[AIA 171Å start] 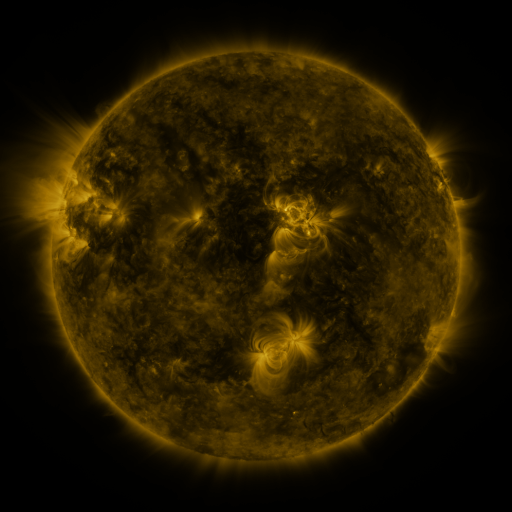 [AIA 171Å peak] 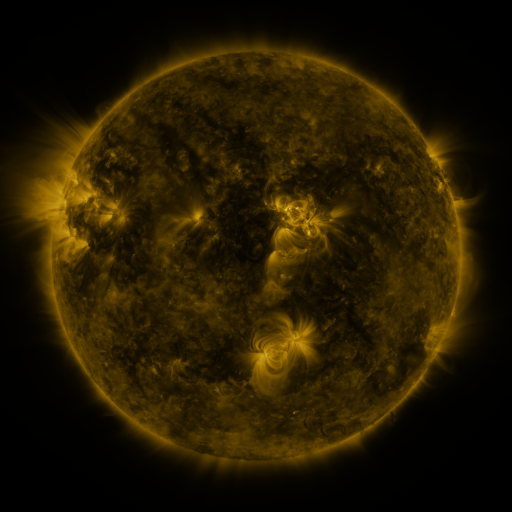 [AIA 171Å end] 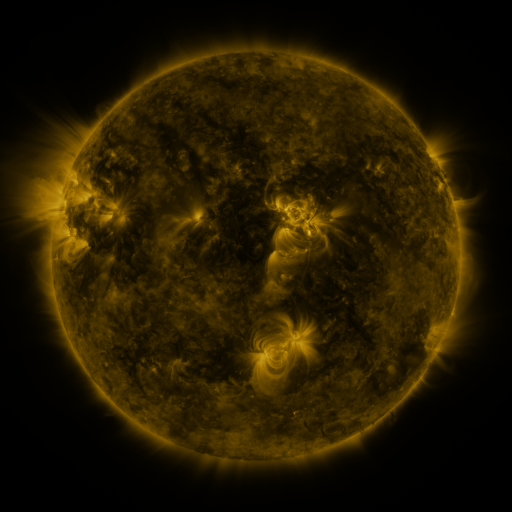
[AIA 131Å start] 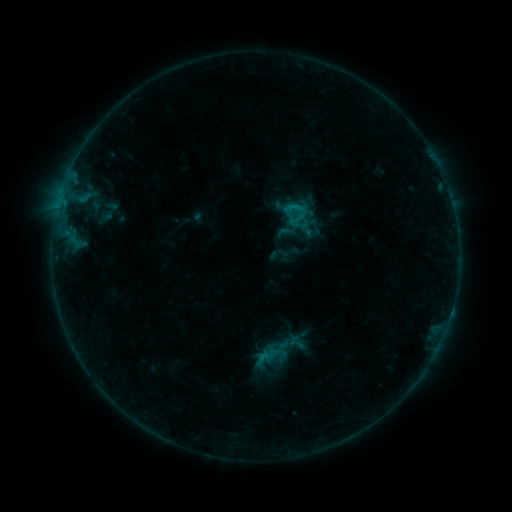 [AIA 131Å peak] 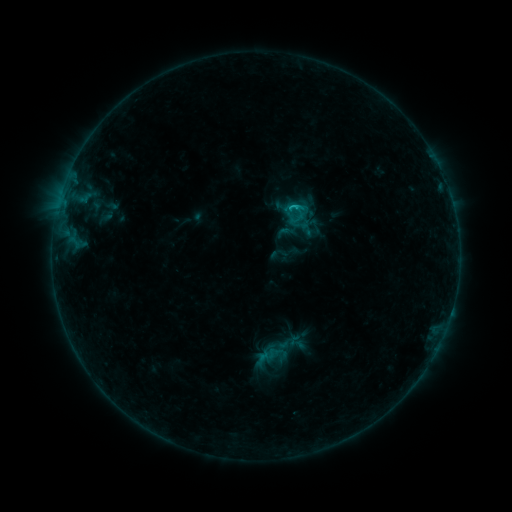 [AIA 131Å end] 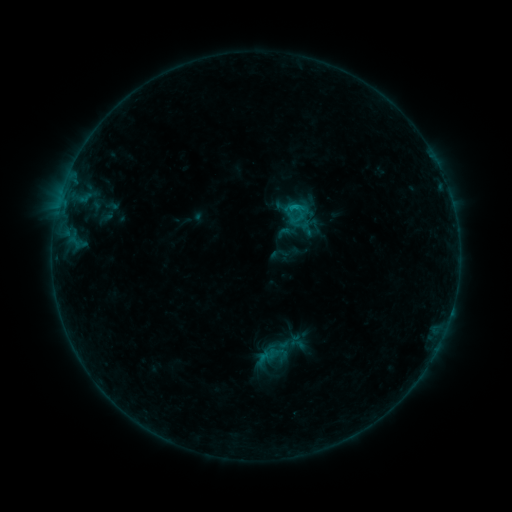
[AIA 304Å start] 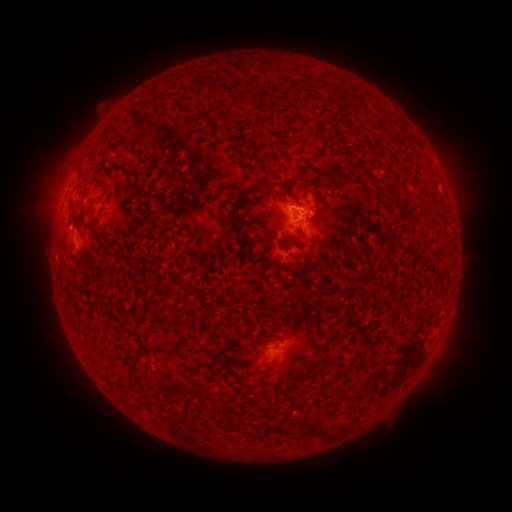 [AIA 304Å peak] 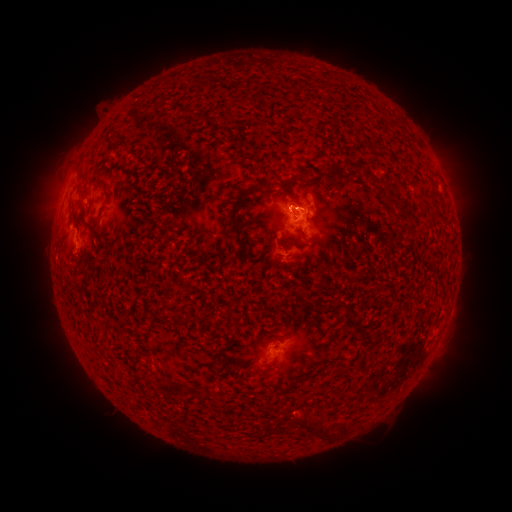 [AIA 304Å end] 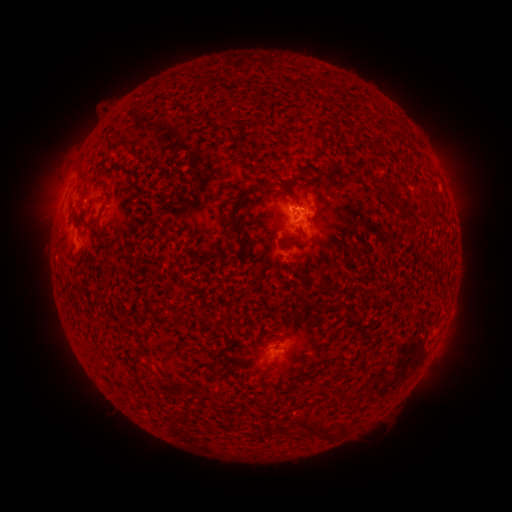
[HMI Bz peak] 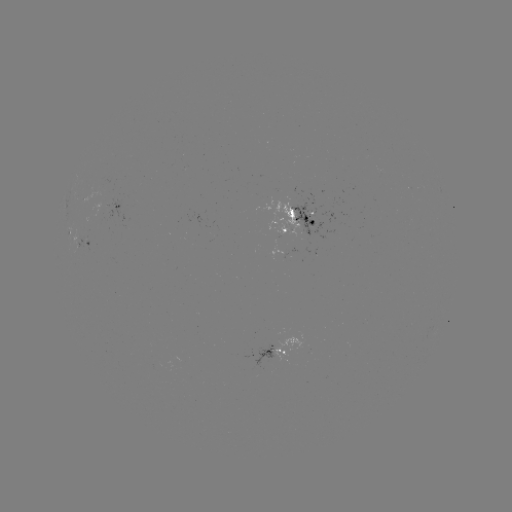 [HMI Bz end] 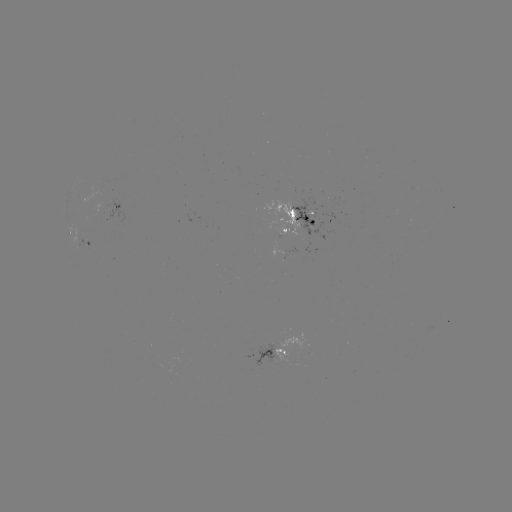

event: flare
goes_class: B9.9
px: (295, 209)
